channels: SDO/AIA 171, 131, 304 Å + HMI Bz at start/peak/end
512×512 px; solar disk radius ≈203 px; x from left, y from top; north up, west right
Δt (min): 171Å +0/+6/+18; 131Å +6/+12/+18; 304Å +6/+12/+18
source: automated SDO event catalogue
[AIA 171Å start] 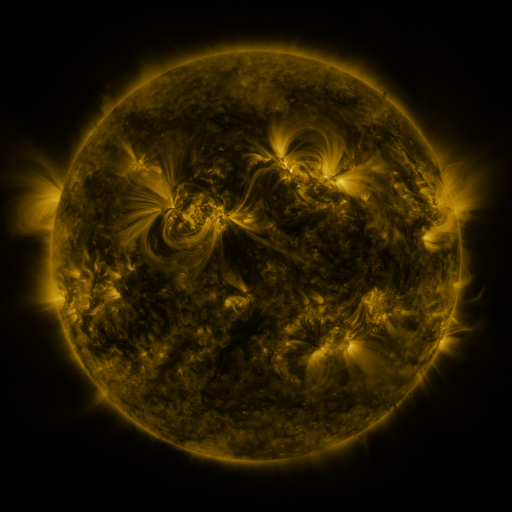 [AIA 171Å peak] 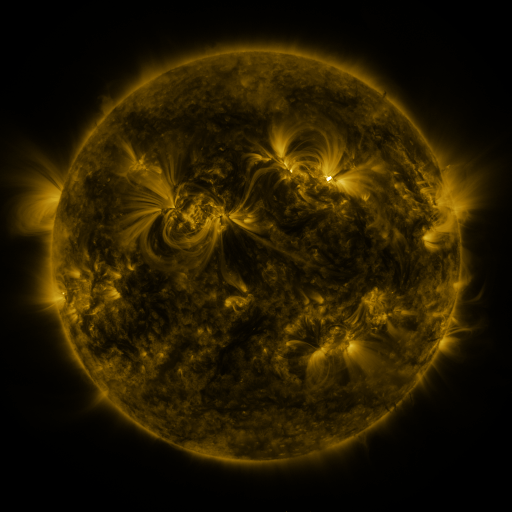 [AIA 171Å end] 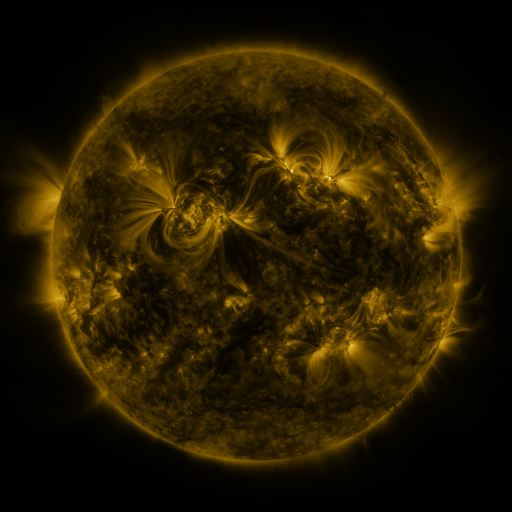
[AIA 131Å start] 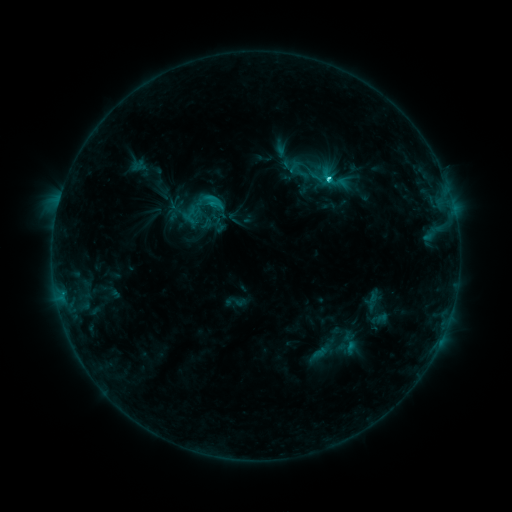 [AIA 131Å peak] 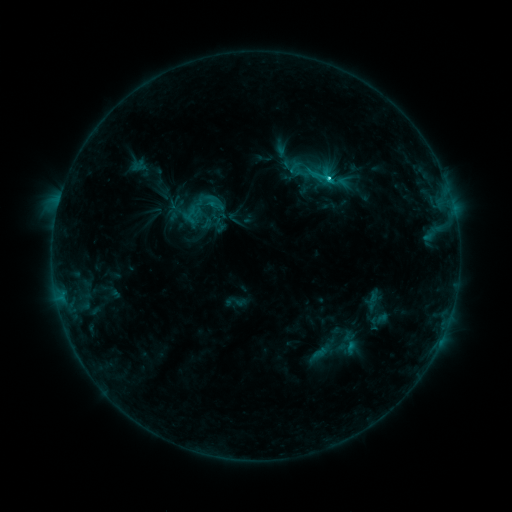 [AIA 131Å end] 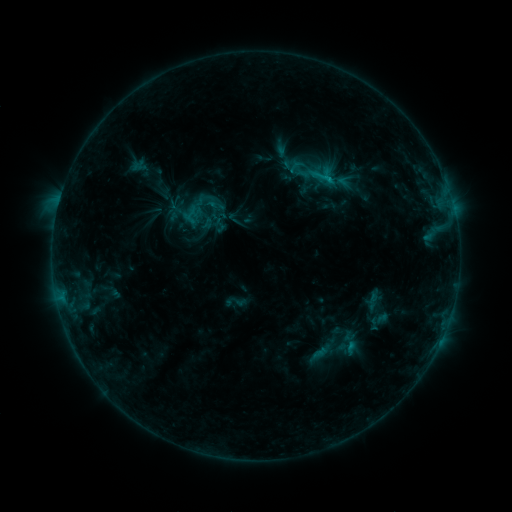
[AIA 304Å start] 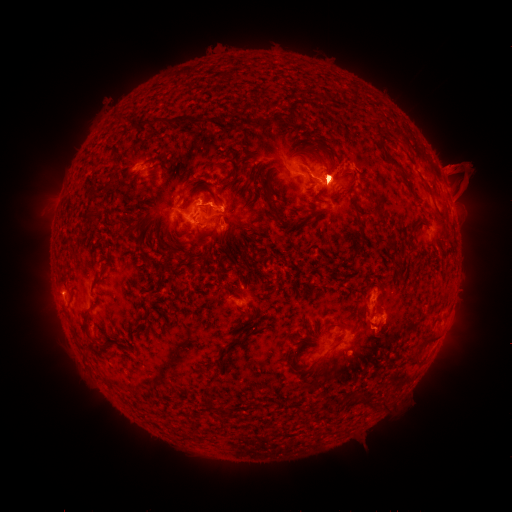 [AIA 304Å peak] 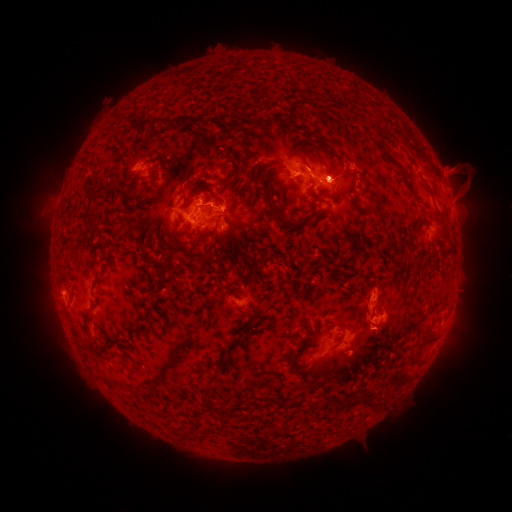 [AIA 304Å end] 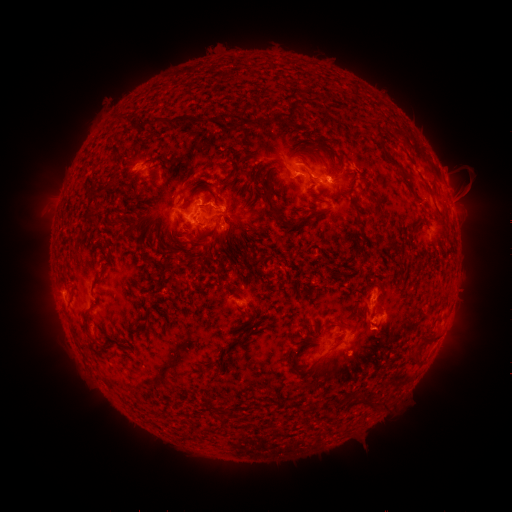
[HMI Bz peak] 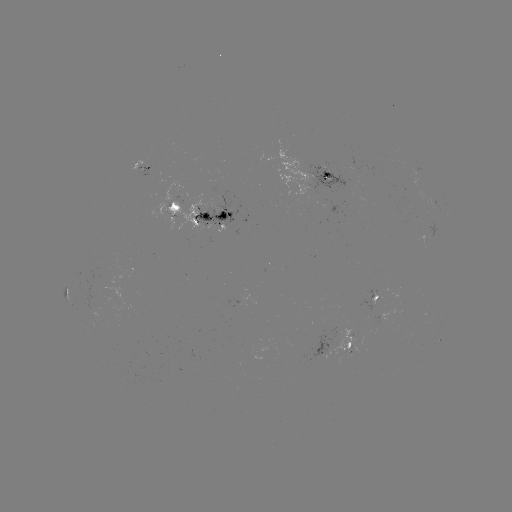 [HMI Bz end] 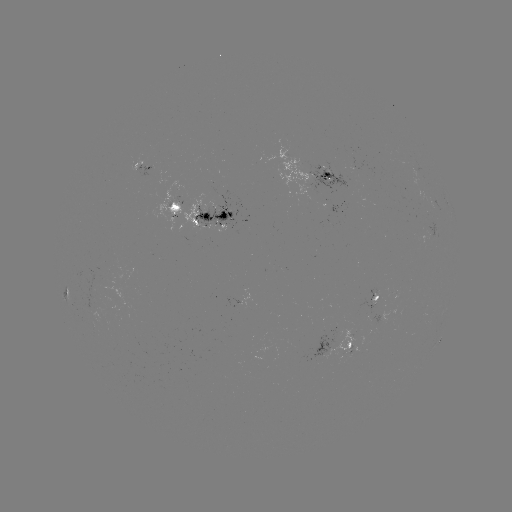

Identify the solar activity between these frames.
eruption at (362, 341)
